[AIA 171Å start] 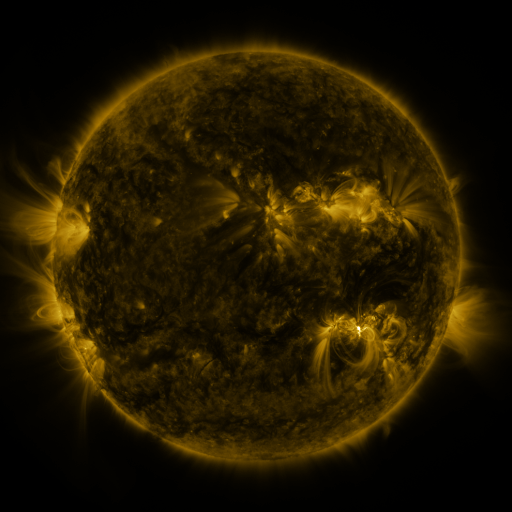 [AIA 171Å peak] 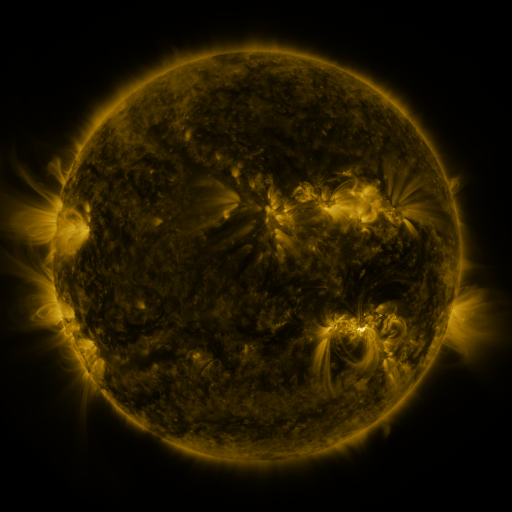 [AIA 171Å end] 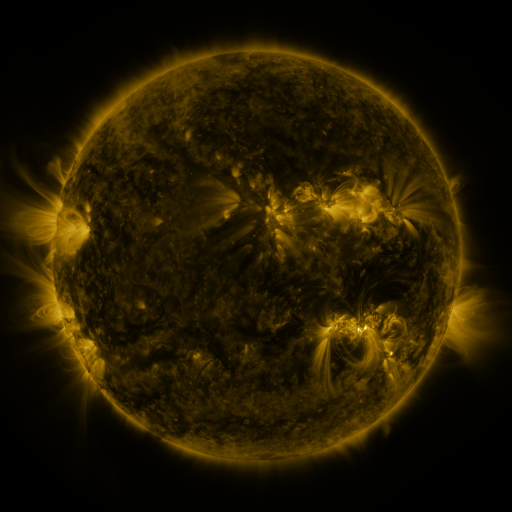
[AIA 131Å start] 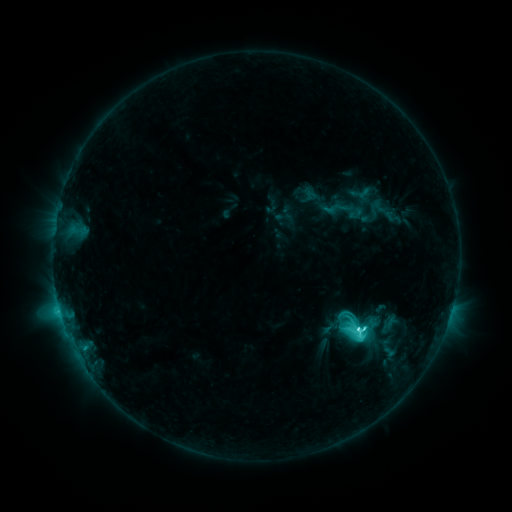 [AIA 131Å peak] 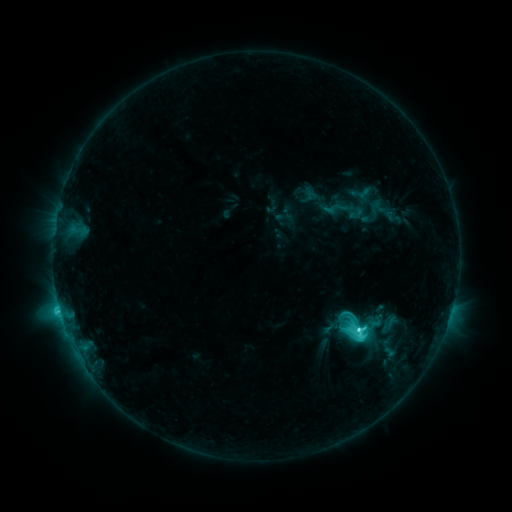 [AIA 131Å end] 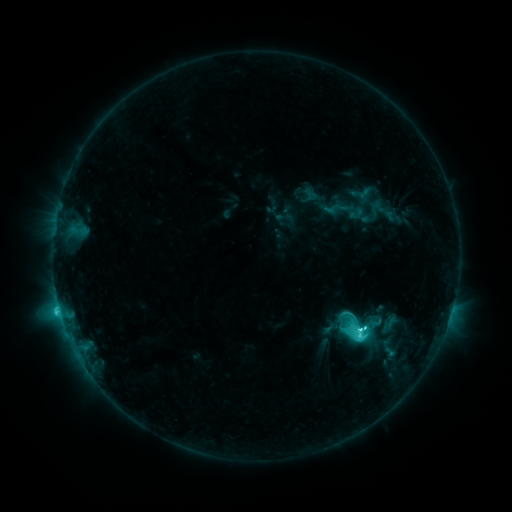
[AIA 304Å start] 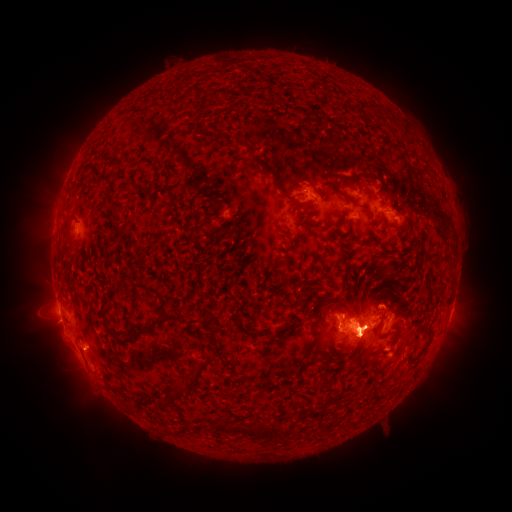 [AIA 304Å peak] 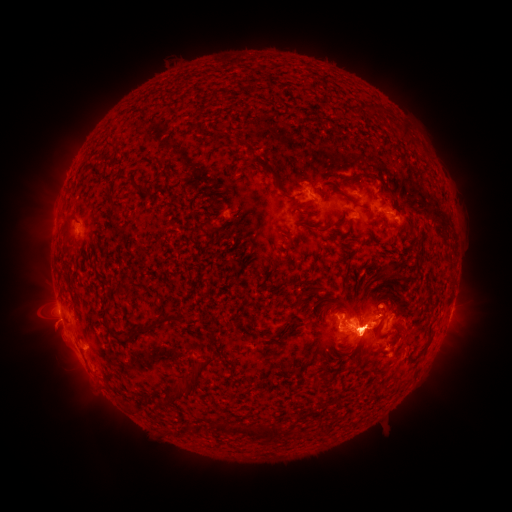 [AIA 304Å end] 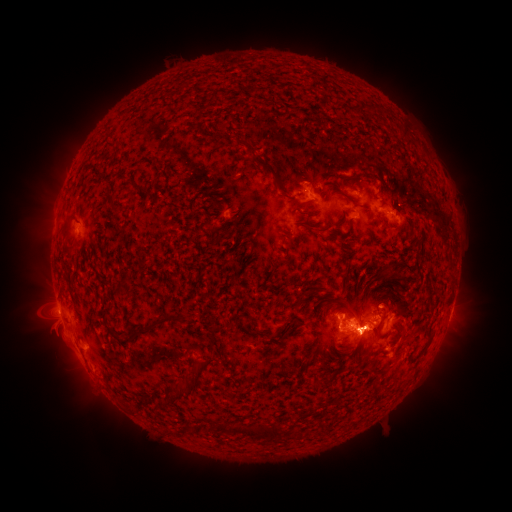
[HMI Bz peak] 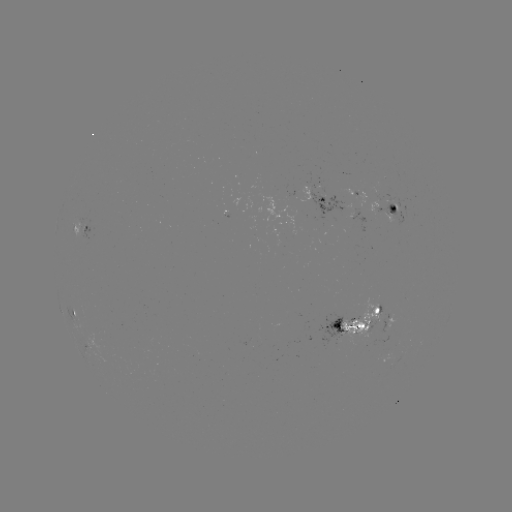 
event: eruption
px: (457, 343)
